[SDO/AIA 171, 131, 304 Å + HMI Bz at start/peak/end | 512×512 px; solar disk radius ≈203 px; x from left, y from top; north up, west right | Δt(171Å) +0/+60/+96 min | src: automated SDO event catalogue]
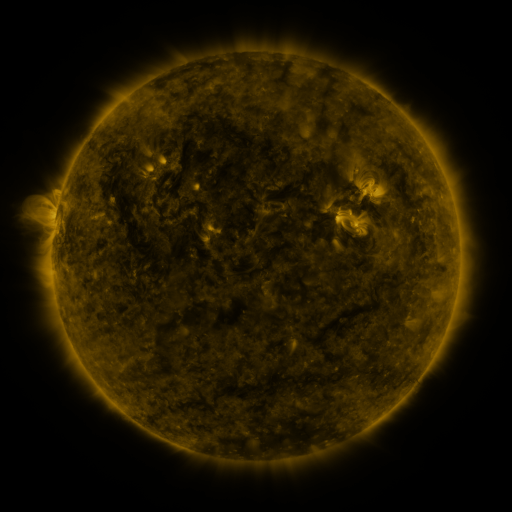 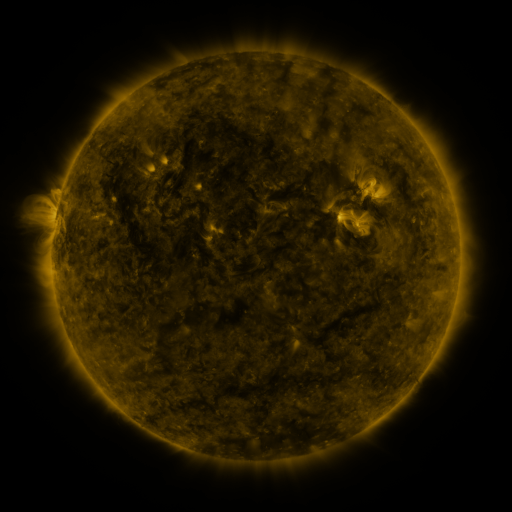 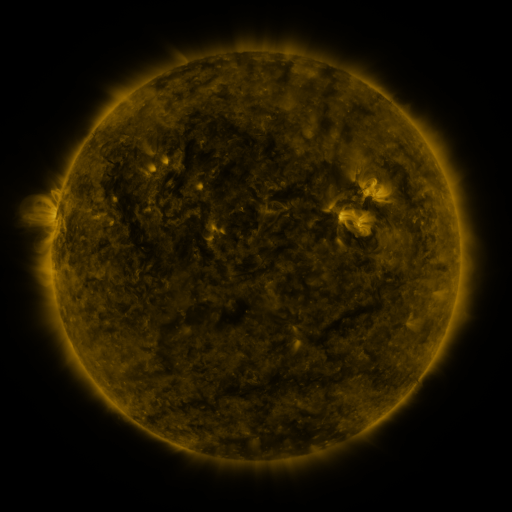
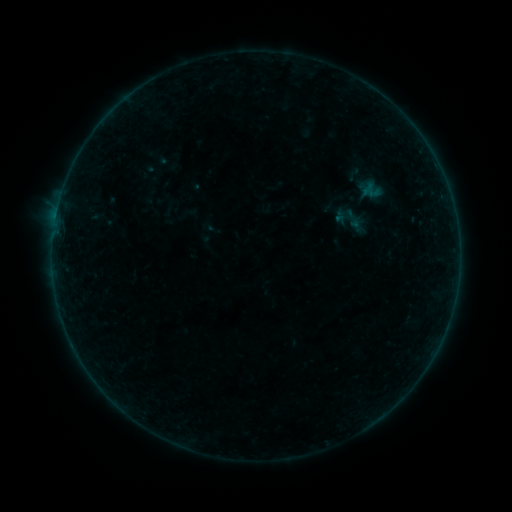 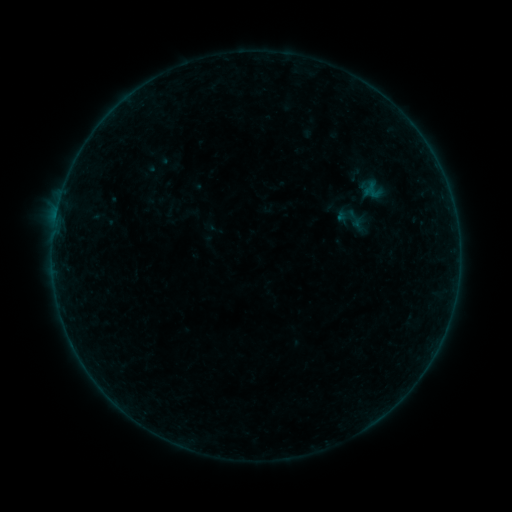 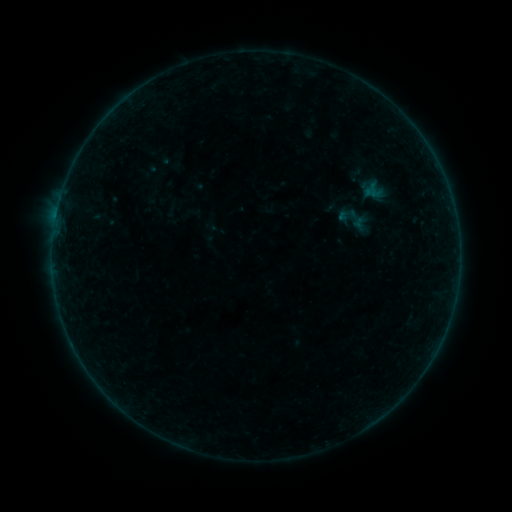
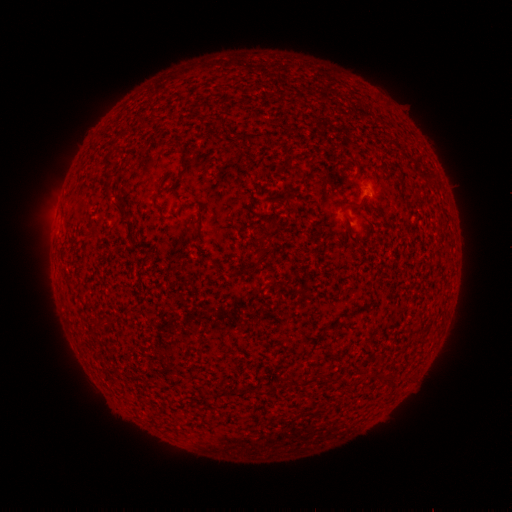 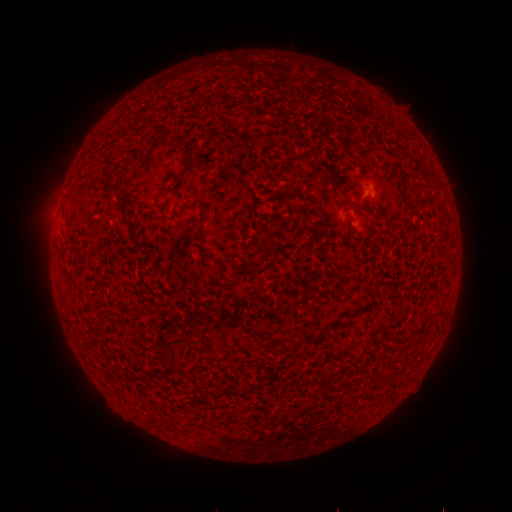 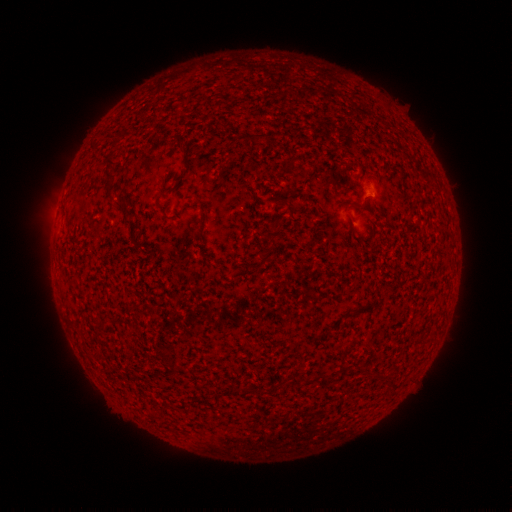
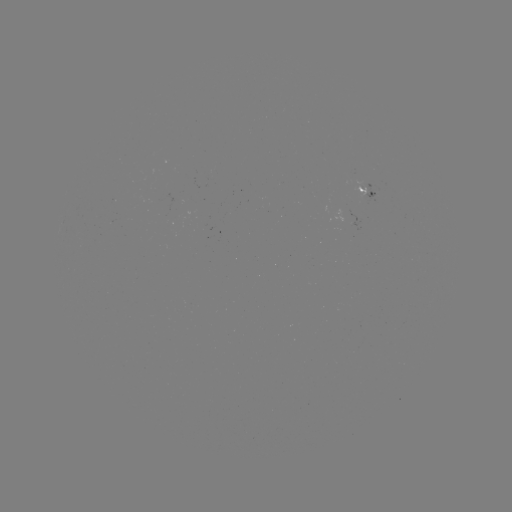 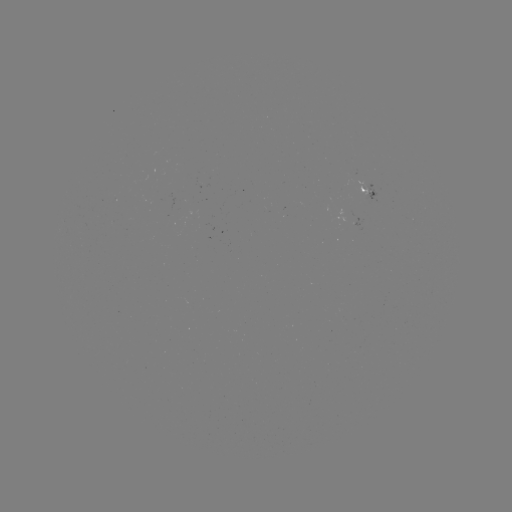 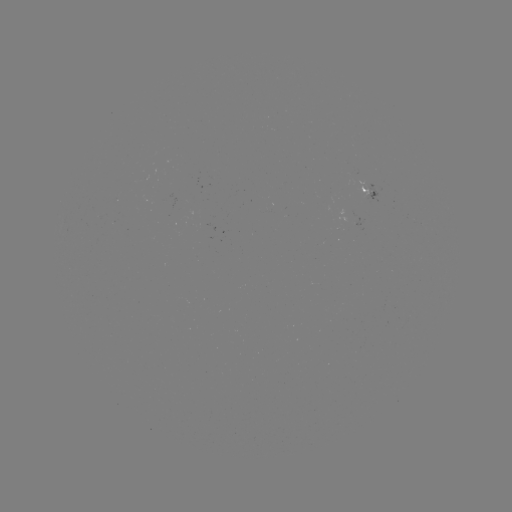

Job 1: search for emerging-flux region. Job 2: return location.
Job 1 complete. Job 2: [358, 178].